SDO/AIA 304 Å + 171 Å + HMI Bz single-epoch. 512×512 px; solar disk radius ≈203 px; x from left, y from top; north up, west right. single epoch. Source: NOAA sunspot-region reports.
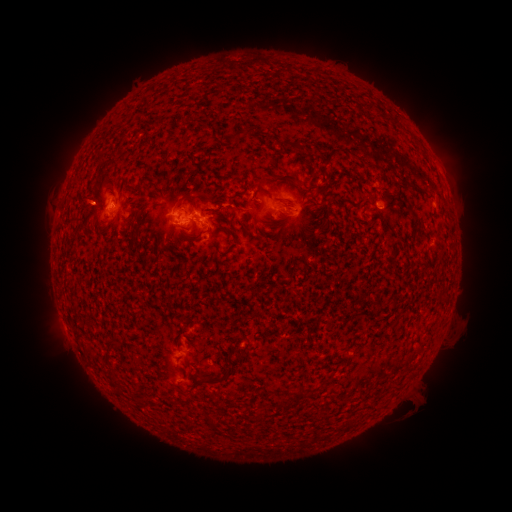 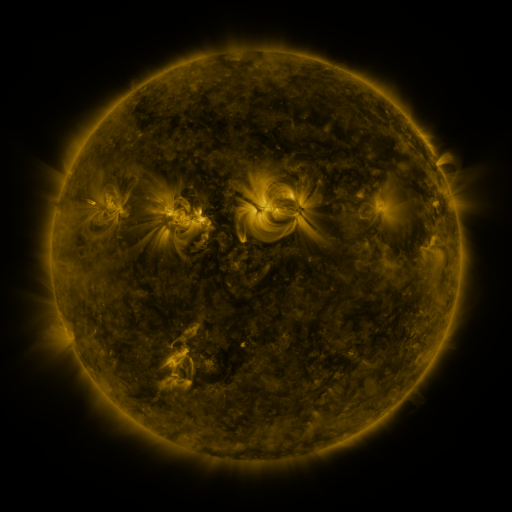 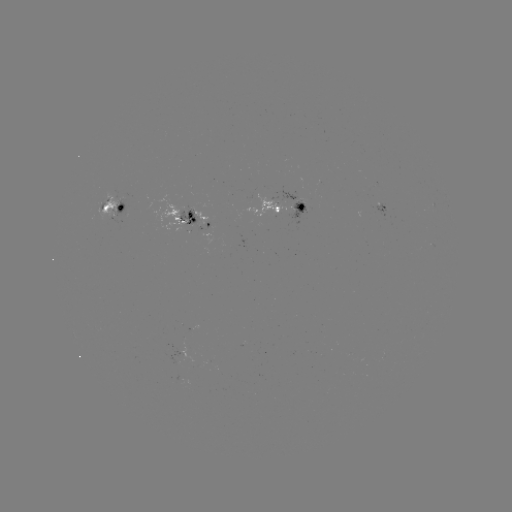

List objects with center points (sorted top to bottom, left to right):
spotted active region: (111, 206)
spotted active region: (383, 207)
spotted active region: (286, 208)
spotted active region: (182, 214)
spotted active region: (194, 371)
